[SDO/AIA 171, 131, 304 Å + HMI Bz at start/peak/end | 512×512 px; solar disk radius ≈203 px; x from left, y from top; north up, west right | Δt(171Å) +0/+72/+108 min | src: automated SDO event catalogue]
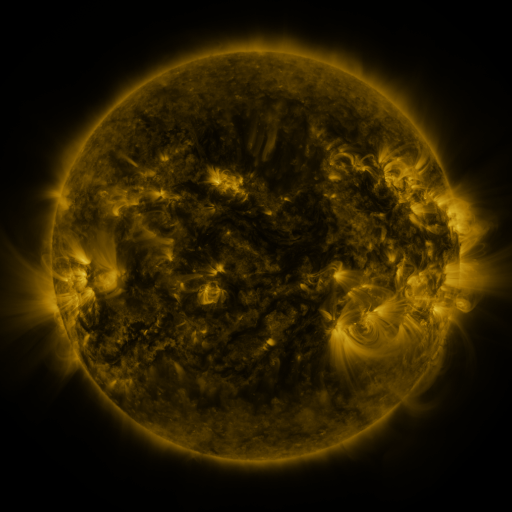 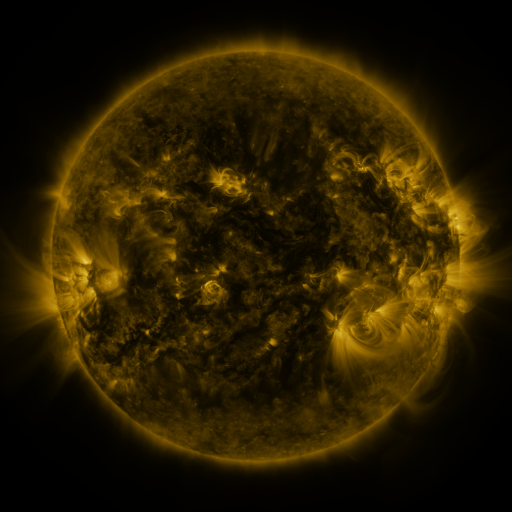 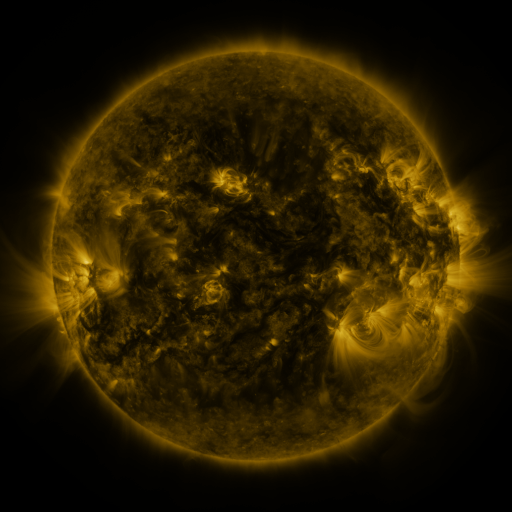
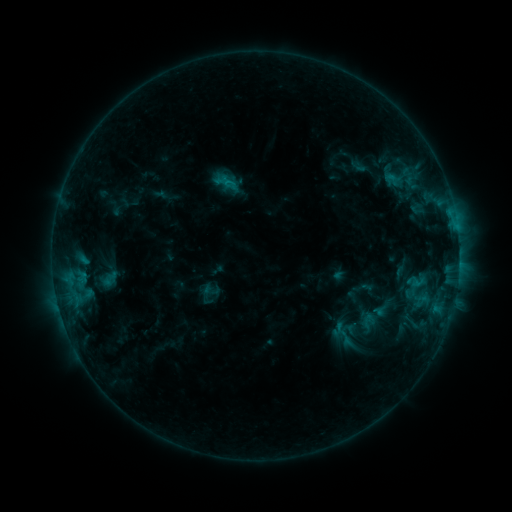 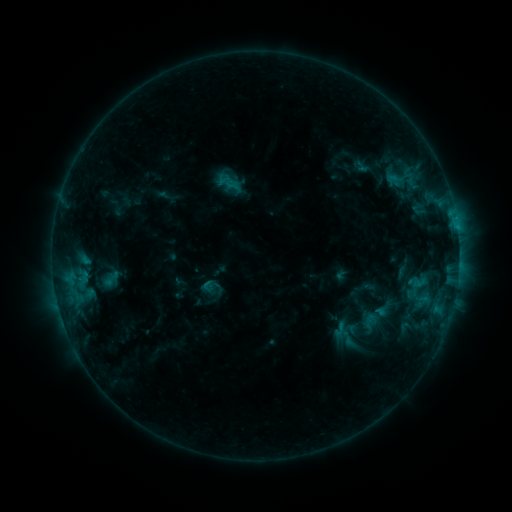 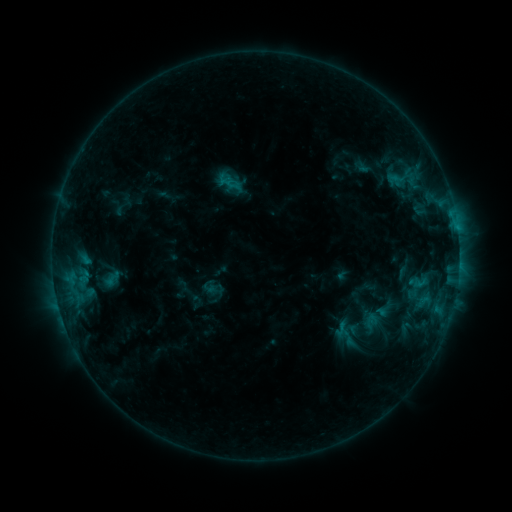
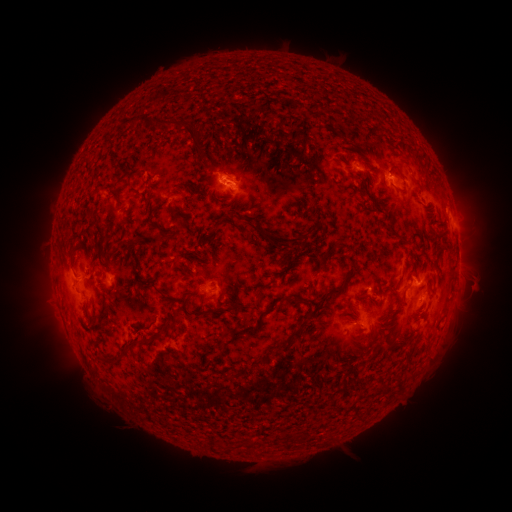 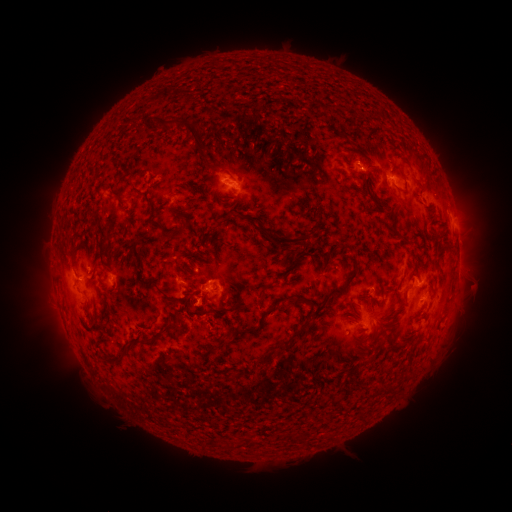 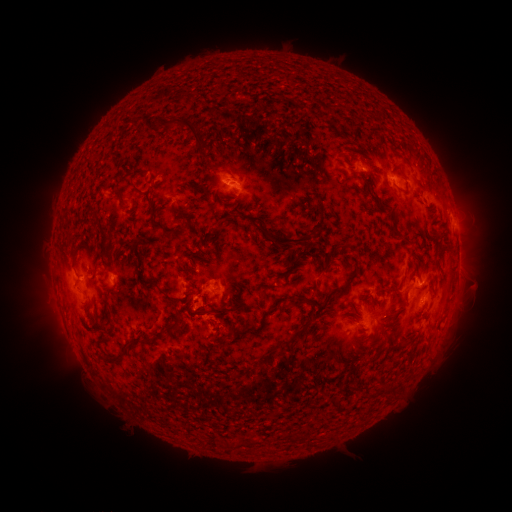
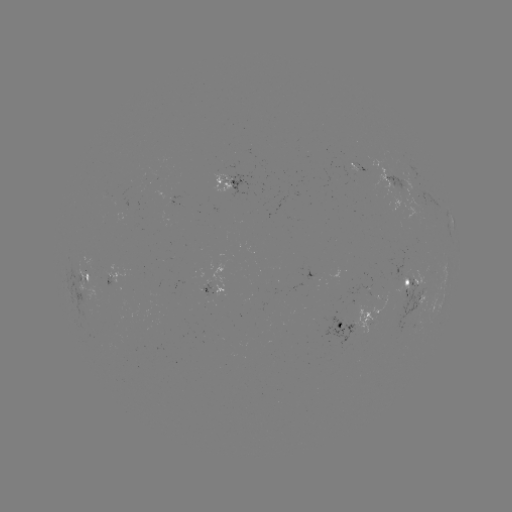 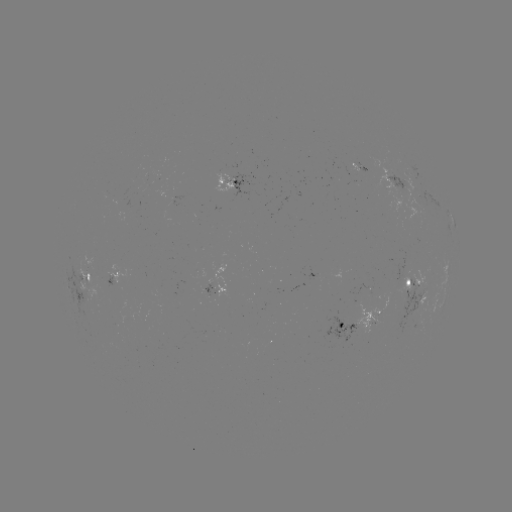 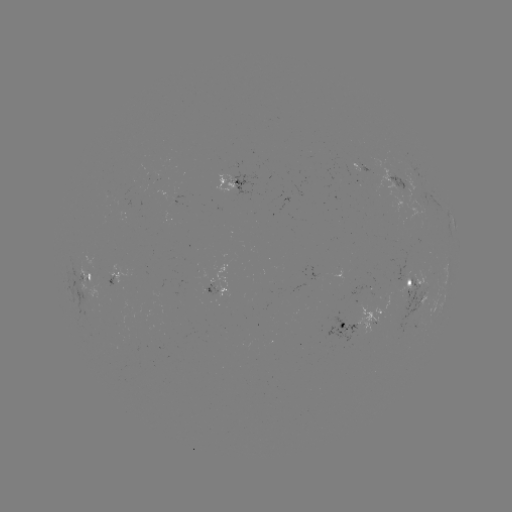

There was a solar emerging-flux region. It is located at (407, 299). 